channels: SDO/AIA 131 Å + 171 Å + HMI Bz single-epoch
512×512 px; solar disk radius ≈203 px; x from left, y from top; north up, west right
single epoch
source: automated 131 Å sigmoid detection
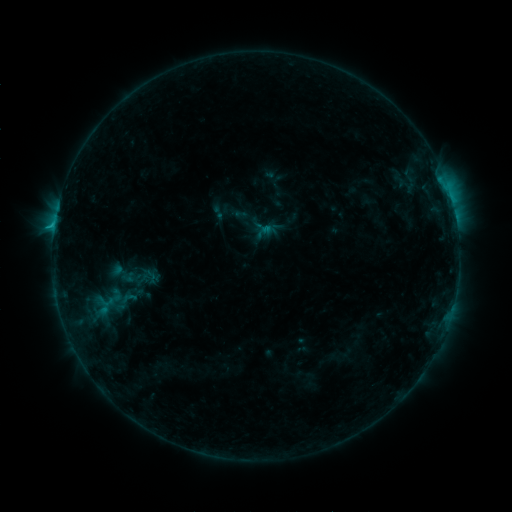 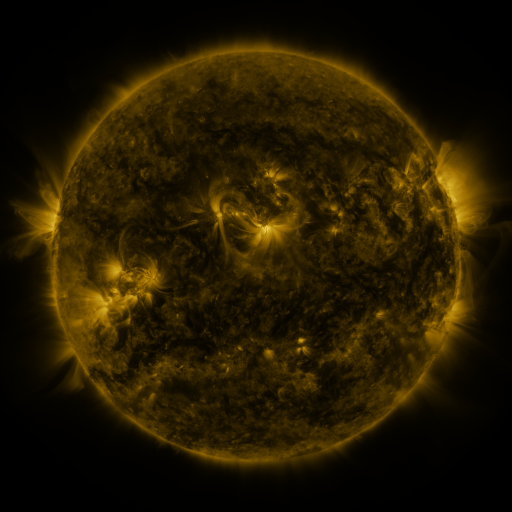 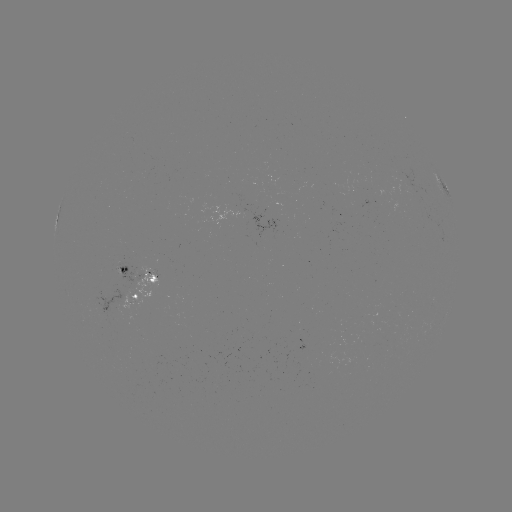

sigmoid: (254, 219, 272, 237)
